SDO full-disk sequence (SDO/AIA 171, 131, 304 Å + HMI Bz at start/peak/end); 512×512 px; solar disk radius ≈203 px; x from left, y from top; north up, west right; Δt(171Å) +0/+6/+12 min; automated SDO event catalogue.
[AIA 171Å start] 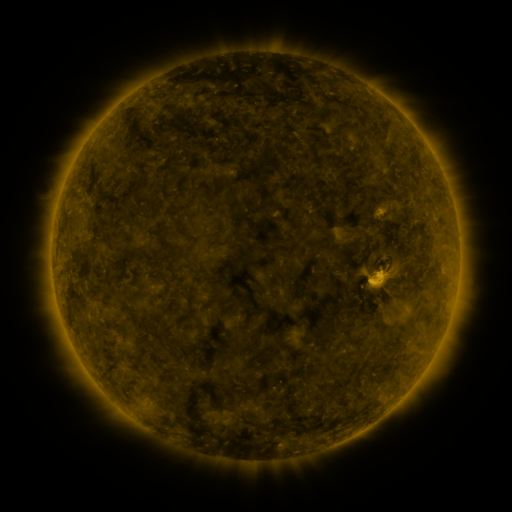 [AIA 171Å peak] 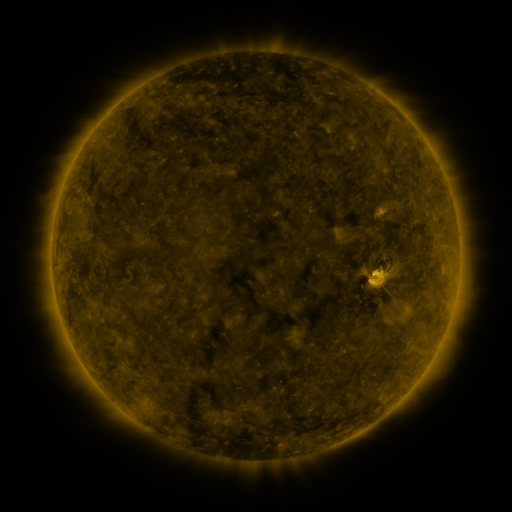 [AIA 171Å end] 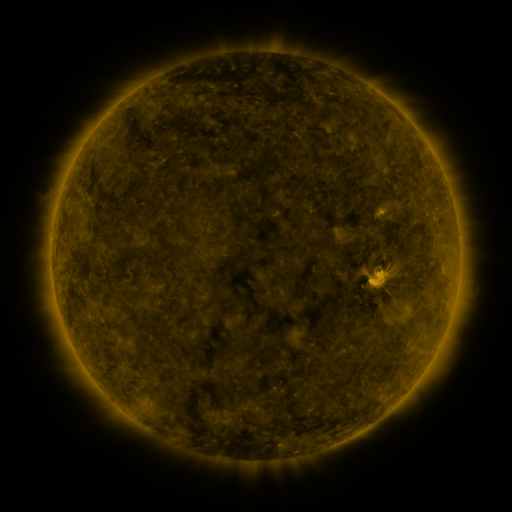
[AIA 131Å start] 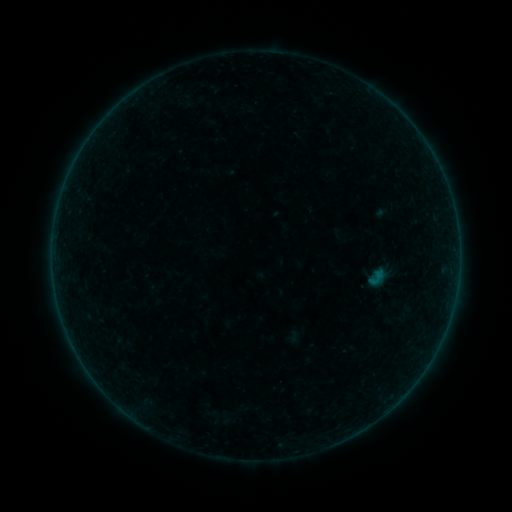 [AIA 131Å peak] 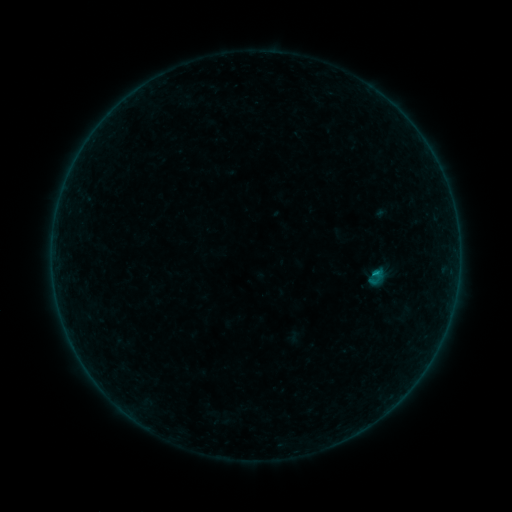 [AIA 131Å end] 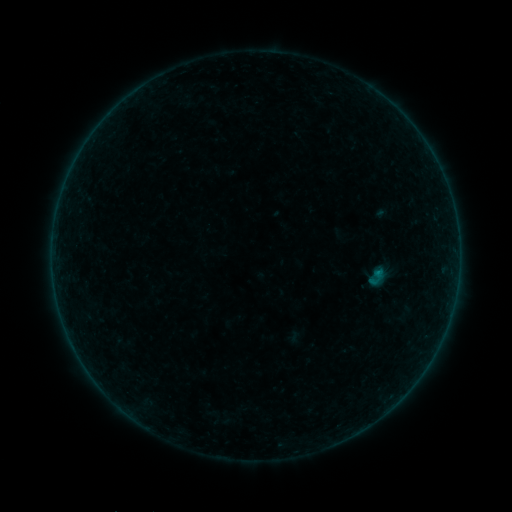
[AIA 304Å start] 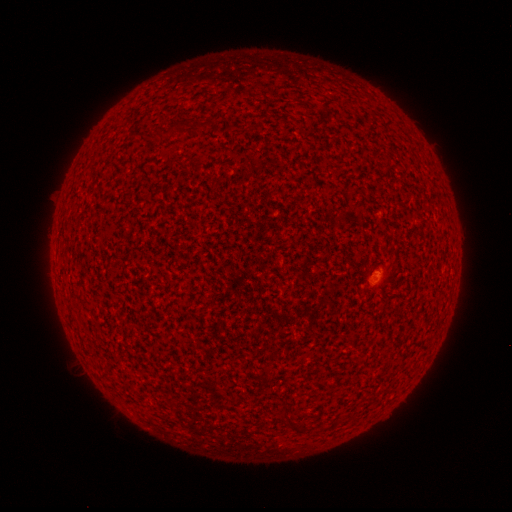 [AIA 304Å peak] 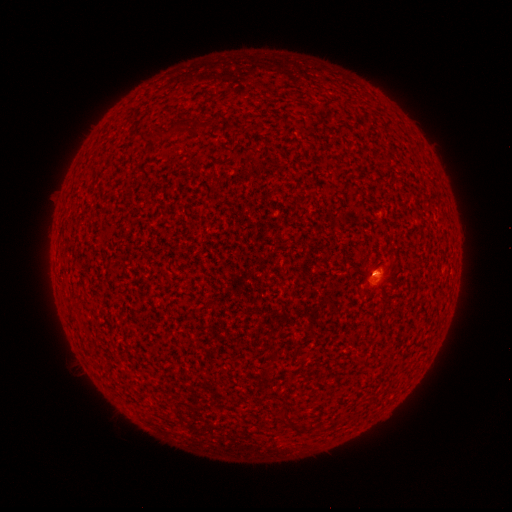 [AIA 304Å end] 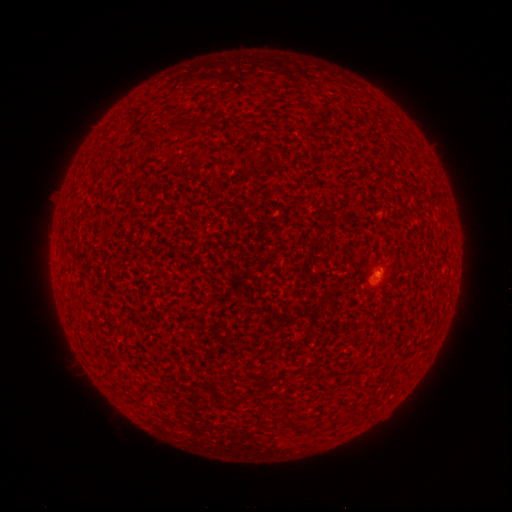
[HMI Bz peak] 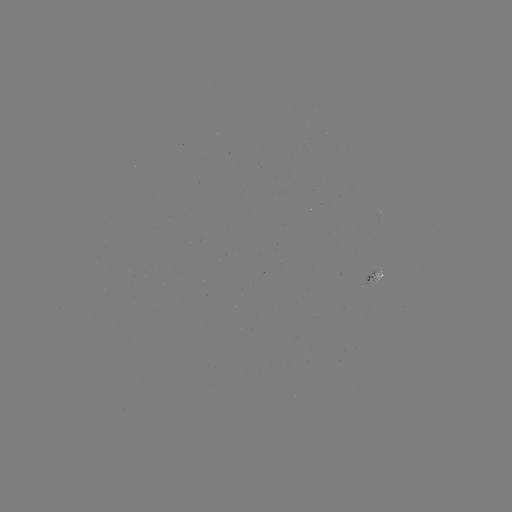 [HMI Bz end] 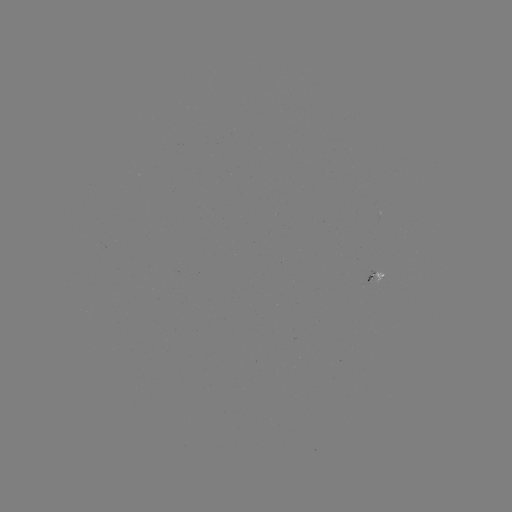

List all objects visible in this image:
B1.3 flare: (375, 271)
